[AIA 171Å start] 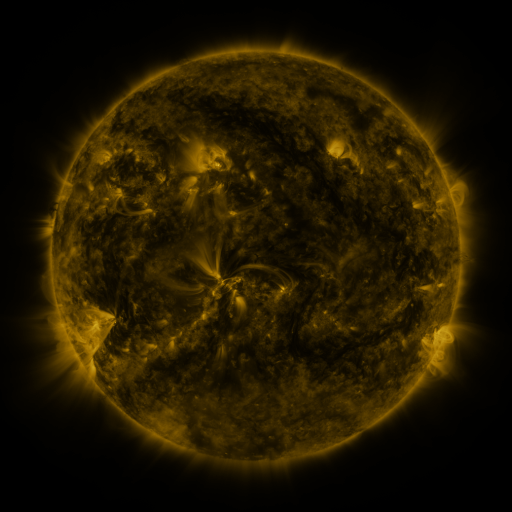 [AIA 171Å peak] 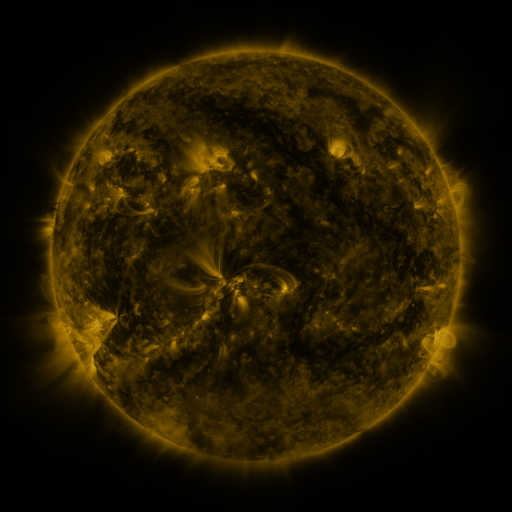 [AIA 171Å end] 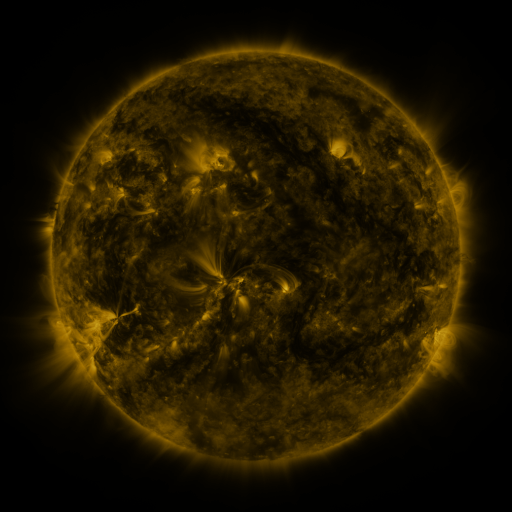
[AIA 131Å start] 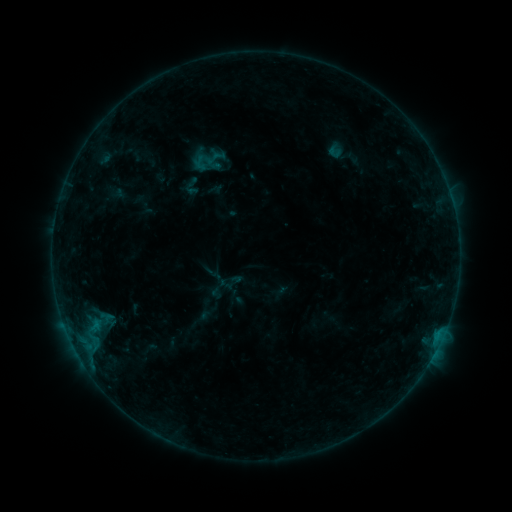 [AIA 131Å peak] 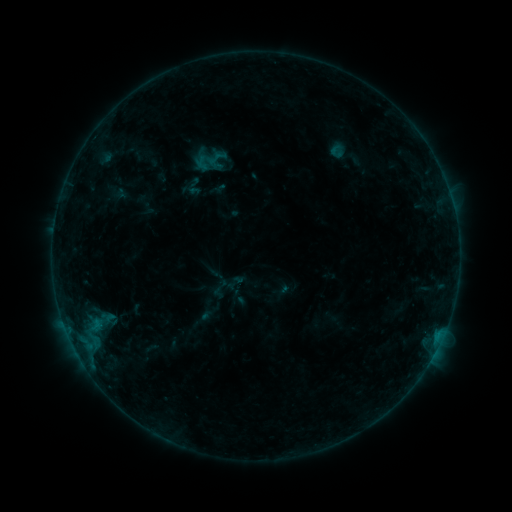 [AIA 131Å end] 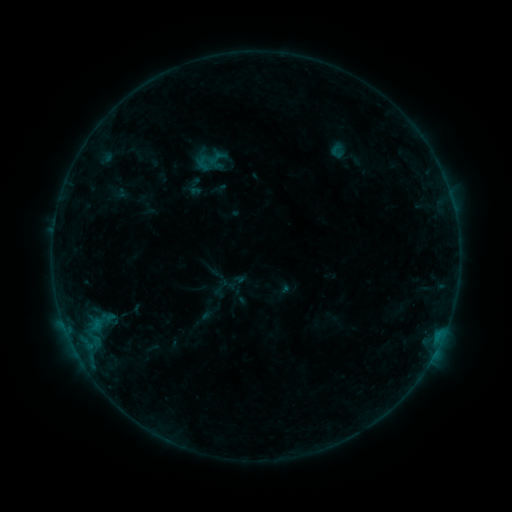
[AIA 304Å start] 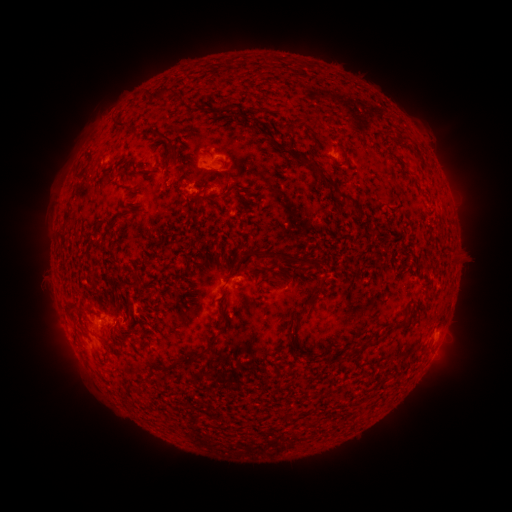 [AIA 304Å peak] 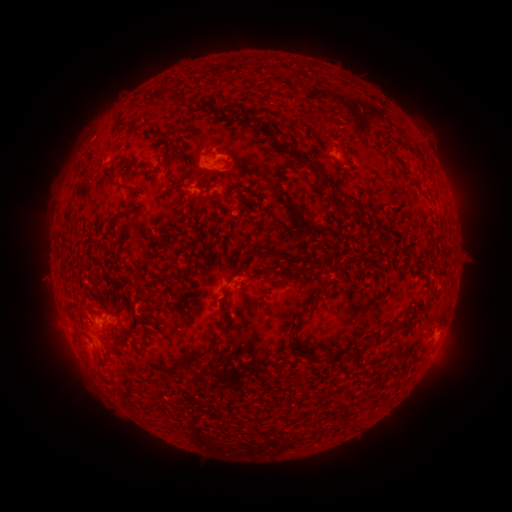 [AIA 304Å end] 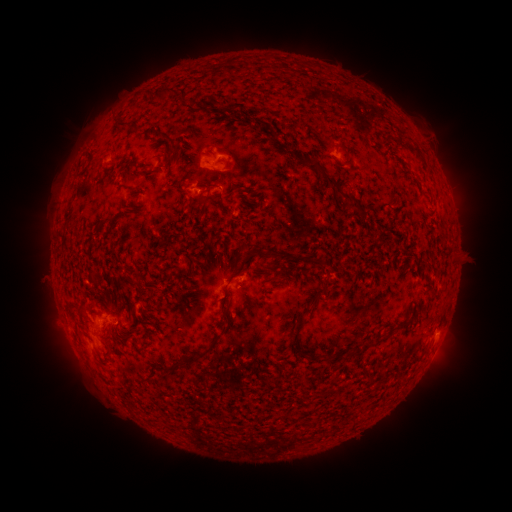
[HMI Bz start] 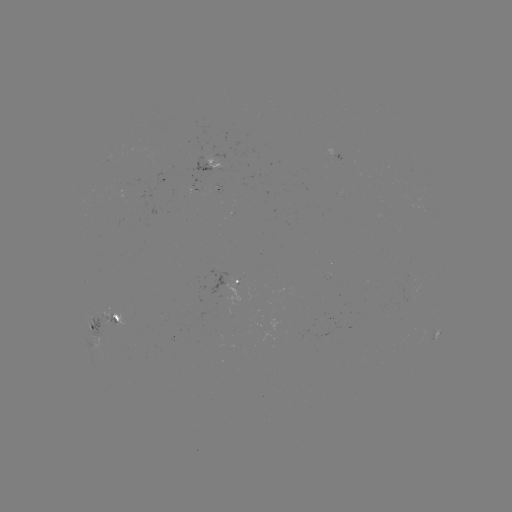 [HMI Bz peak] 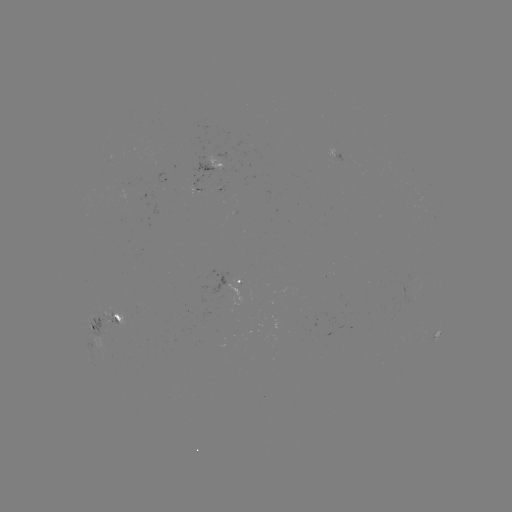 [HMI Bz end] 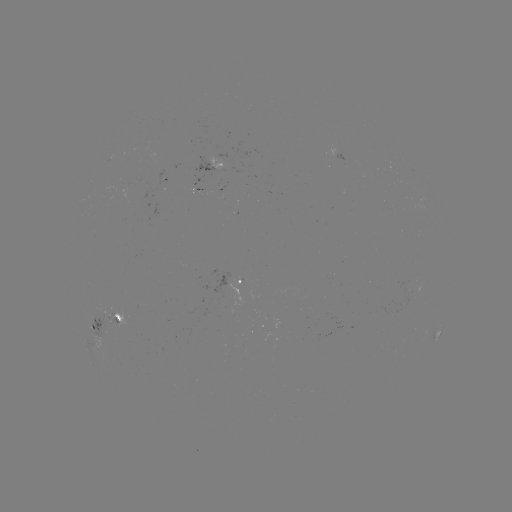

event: emerging-flux region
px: (195, 191)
